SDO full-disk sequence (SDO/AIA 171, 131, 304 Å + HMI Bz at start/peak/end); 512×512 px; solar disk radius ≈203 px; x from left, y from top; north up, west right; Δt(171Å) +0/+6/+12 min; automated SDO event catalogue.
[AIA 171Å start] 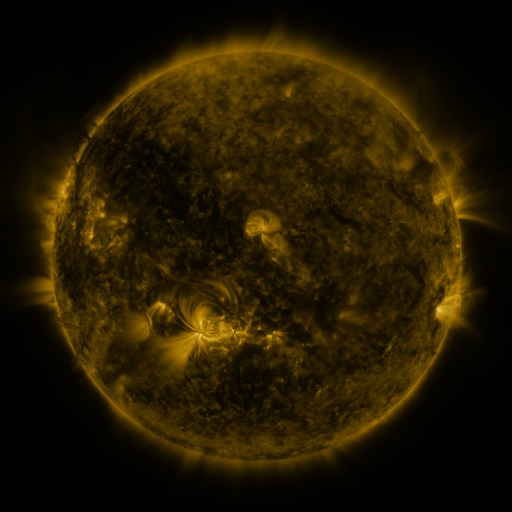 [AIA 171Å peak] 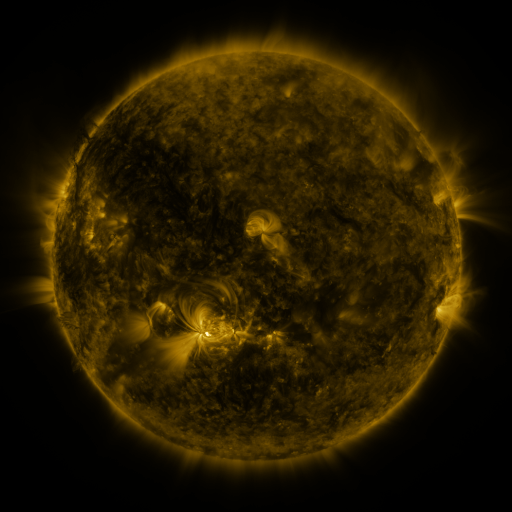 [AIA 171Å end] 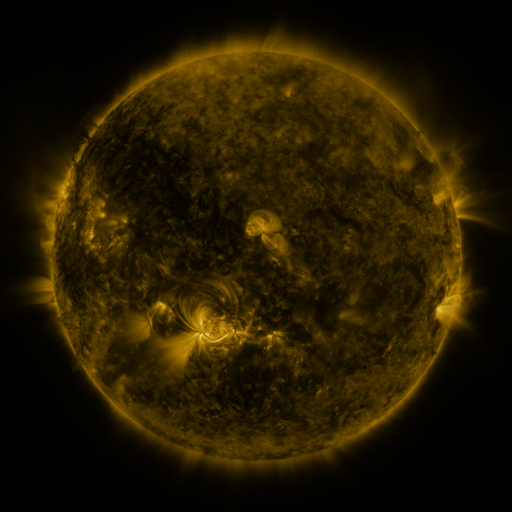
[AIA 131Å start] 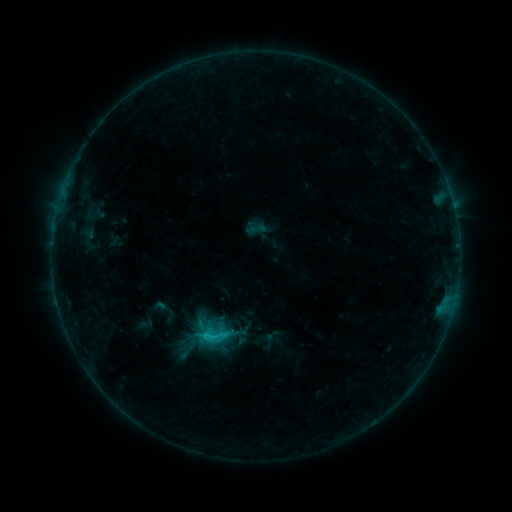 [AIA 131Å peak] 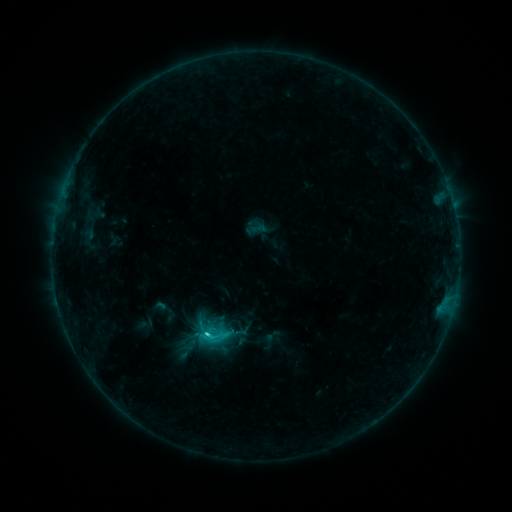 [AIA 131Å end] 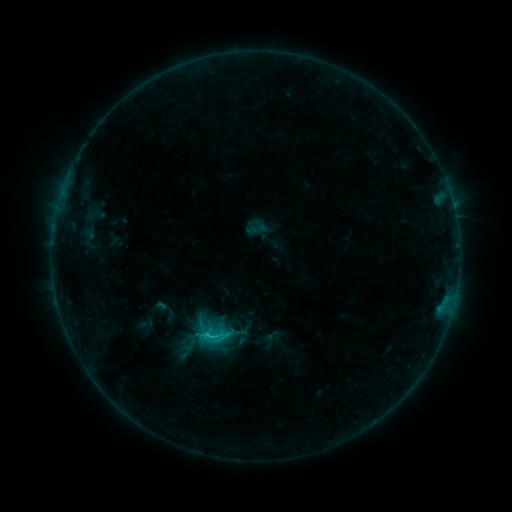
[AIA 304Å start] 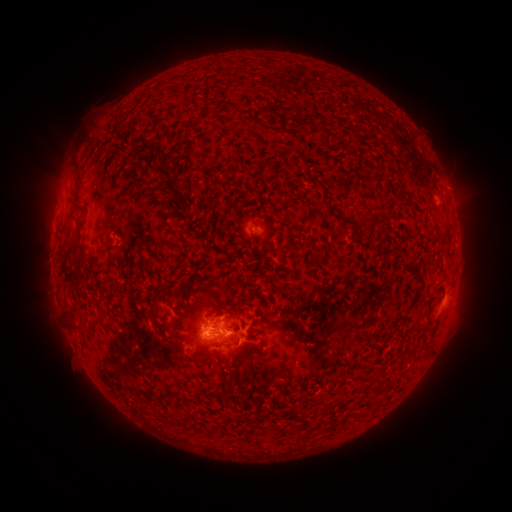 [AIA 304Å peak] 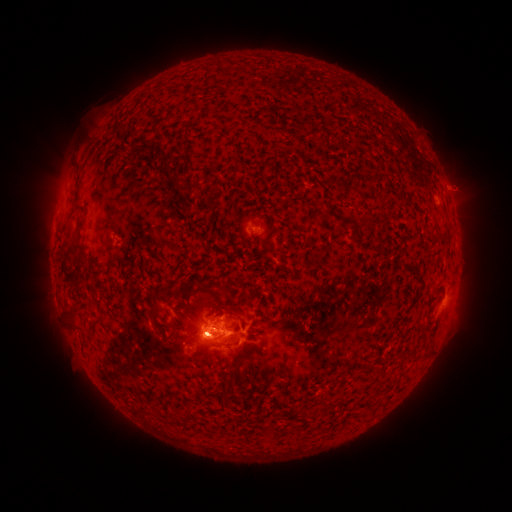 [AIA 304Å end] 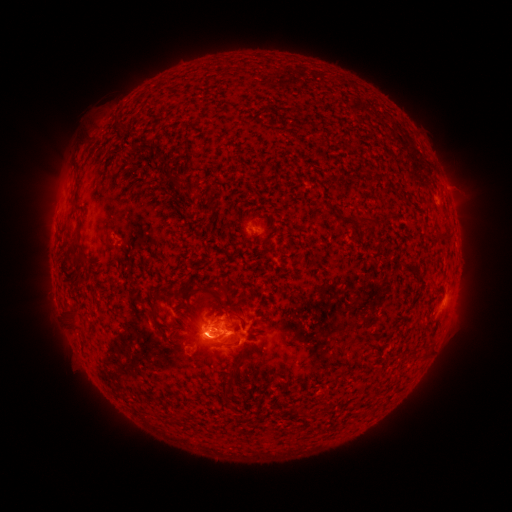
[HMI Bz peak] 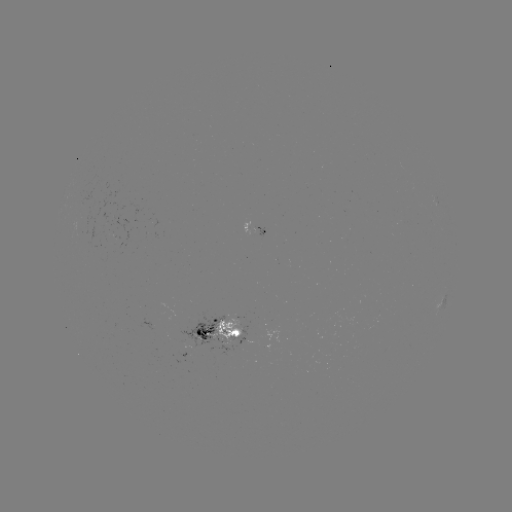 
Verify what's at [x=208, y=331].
C1.5 flare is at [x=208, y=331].